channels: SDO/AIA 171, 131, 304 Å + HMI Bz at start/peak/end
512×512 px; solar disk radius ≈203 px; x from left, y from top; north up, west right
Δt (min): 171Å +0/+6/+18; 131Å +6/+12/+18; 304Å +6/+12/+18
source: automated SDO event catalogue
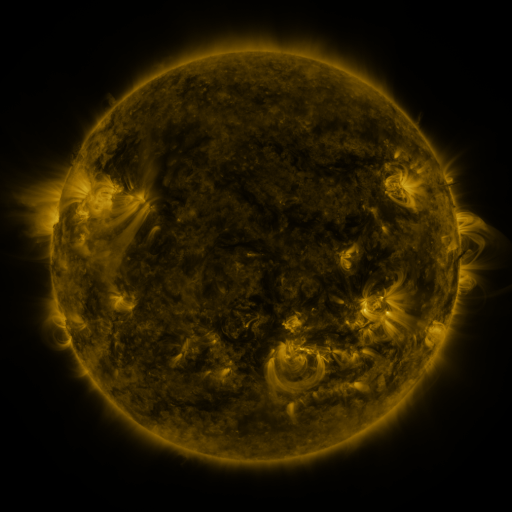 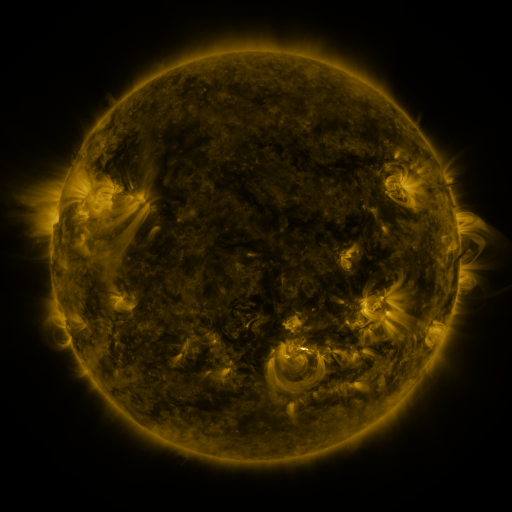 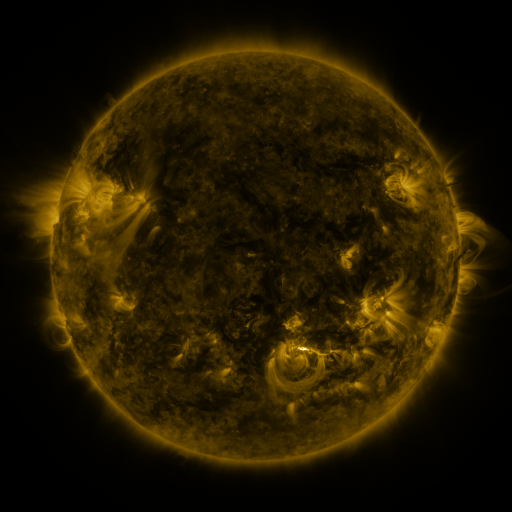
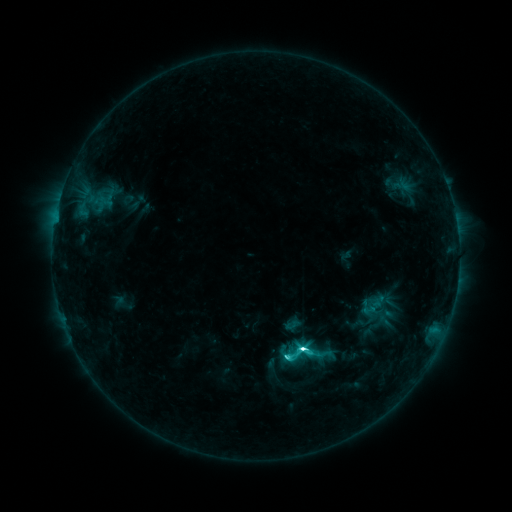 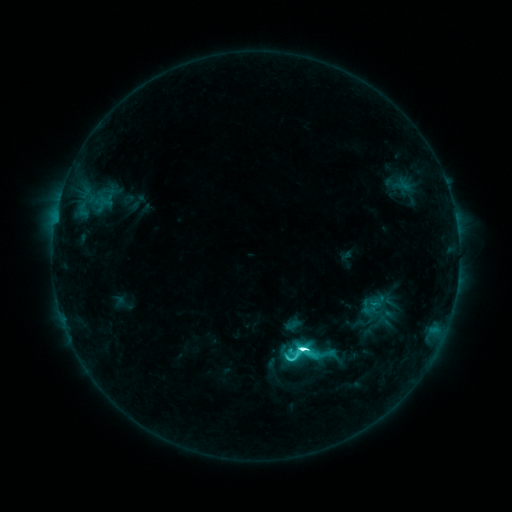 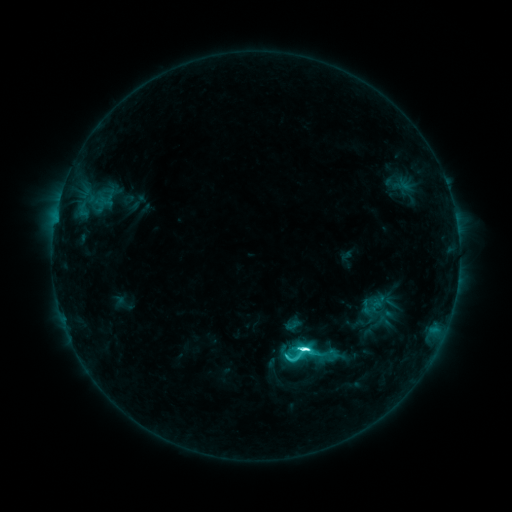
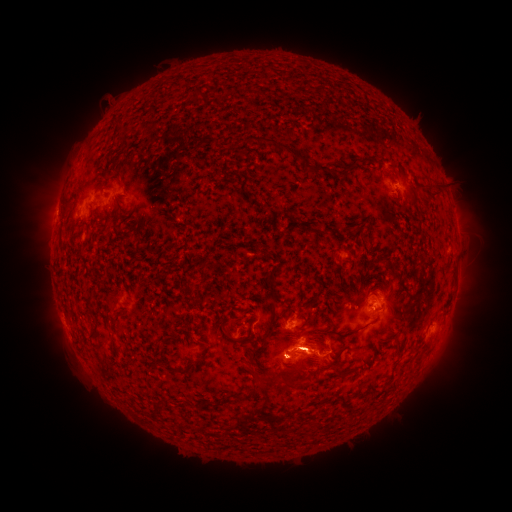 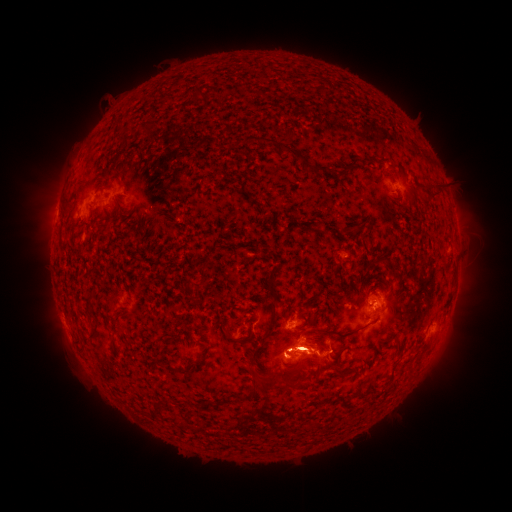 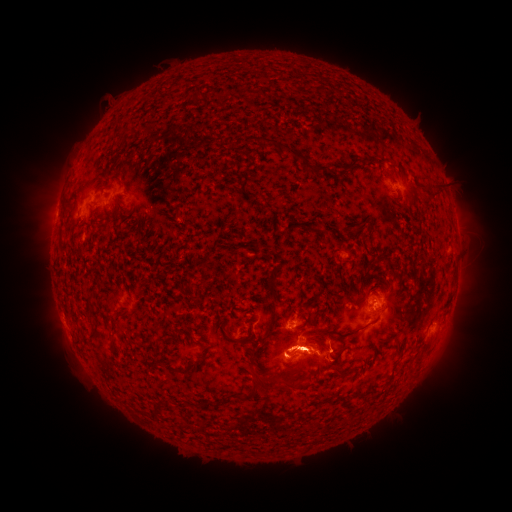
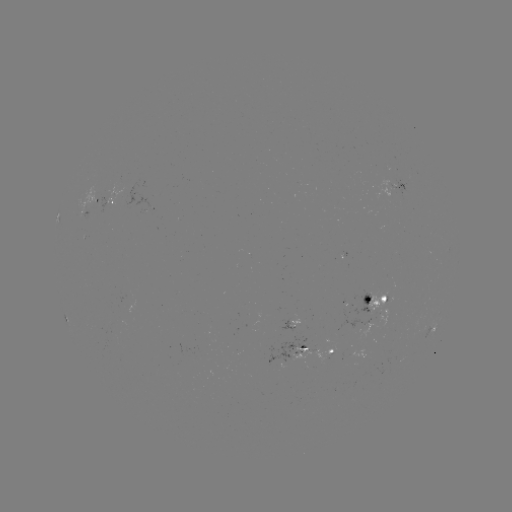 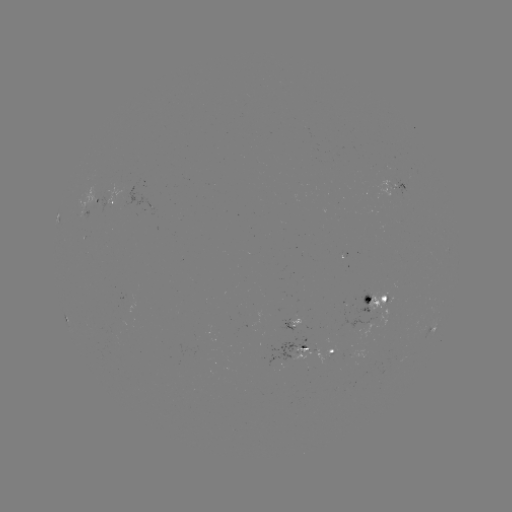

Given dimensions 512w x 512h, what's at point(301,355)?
eruption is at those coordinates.